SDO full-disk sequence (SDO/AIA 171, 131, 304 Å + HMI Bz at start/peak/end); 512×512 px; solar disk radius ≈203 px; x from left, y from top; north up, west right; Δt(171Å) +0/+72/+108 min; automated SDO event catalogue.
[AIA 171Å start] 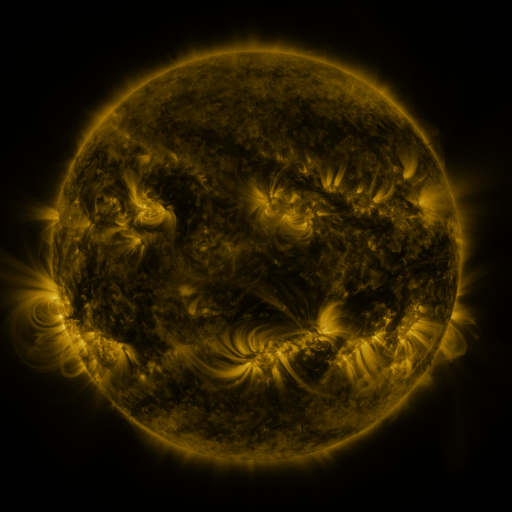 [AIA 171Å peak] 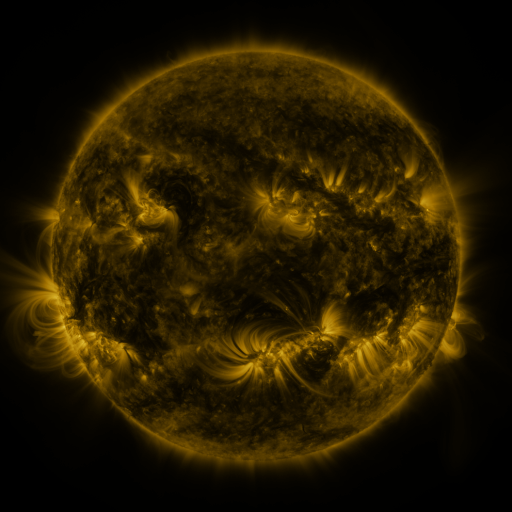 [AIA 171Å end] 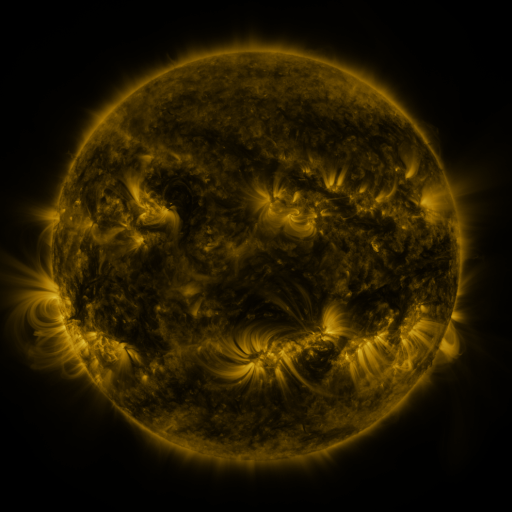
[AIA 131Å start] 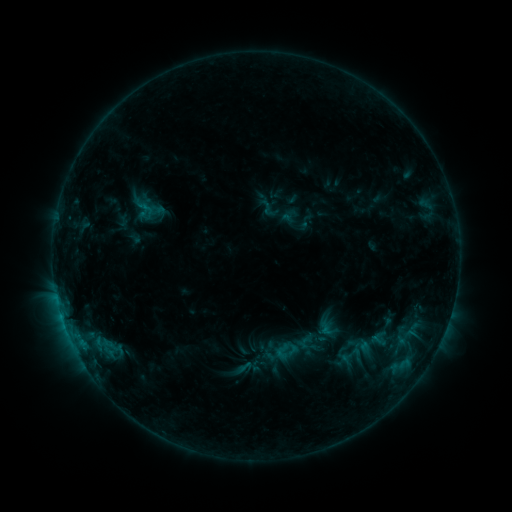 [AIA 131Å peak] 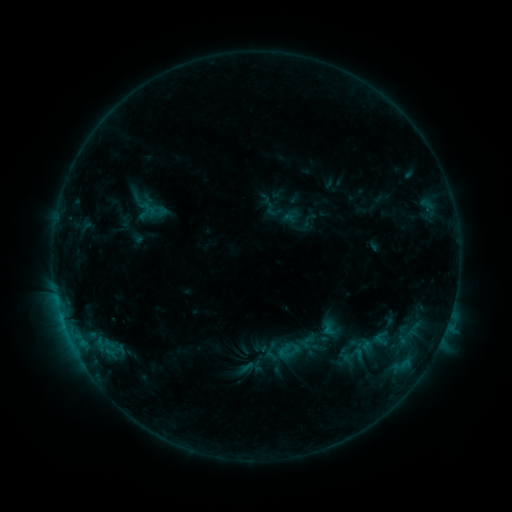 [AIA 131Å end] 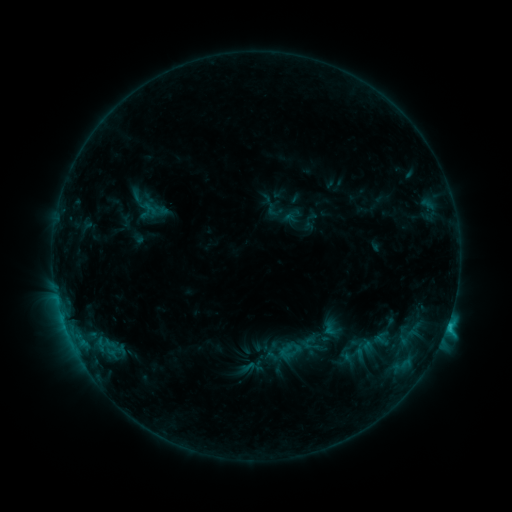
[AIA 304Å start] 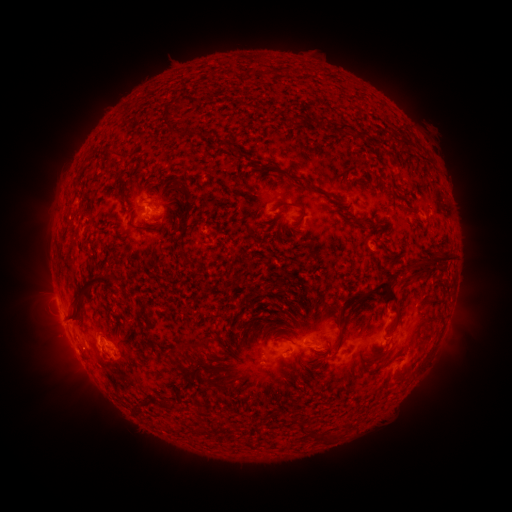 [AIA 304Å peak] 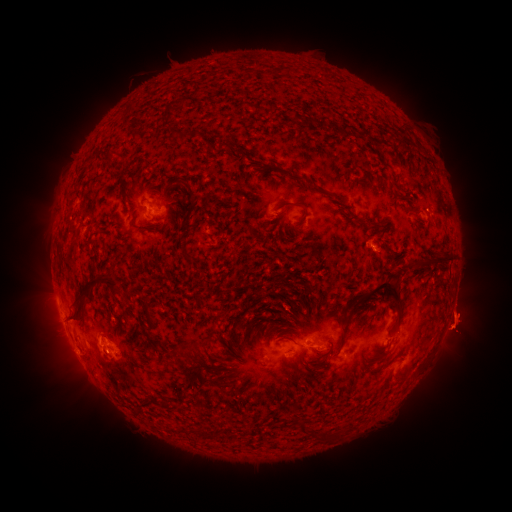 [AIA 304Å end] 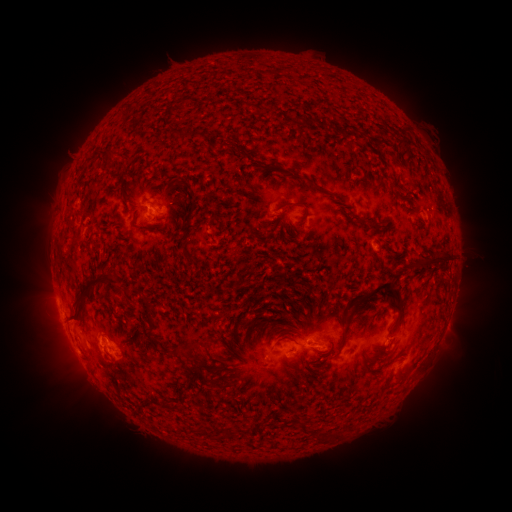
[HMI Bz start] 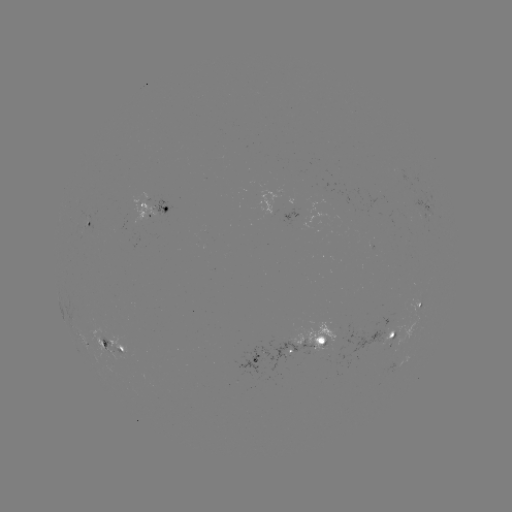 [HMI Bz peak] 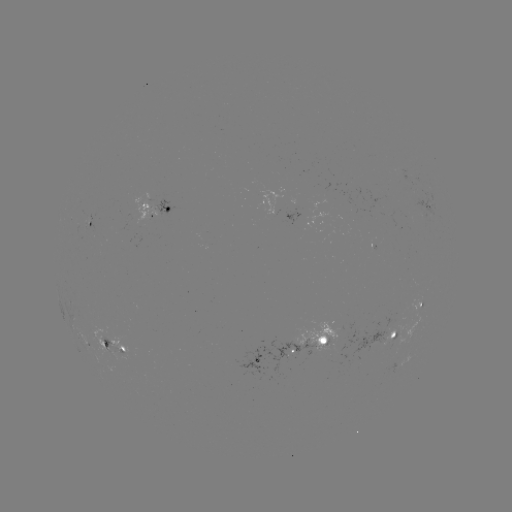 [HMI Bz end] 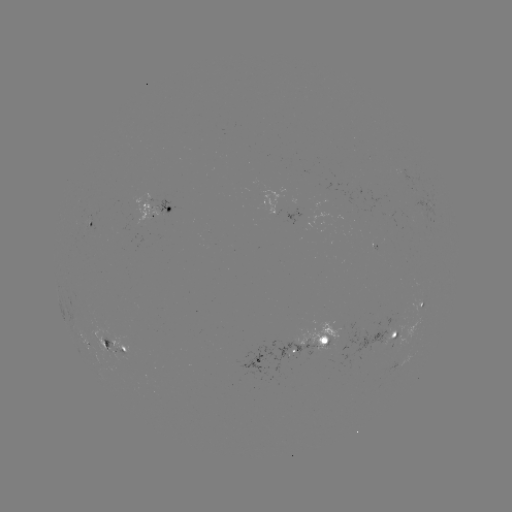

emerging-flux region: <bbox>393, 344, 398, 355</bbox>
